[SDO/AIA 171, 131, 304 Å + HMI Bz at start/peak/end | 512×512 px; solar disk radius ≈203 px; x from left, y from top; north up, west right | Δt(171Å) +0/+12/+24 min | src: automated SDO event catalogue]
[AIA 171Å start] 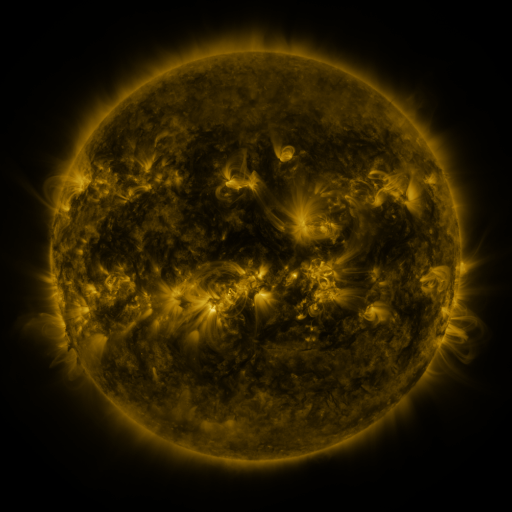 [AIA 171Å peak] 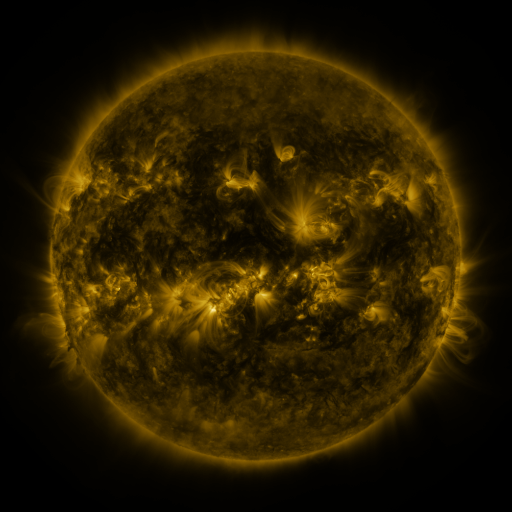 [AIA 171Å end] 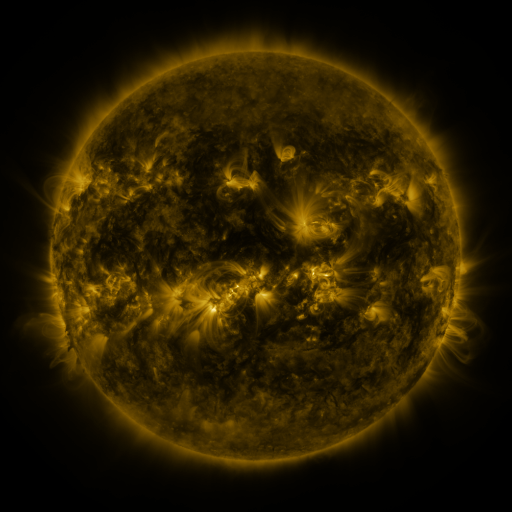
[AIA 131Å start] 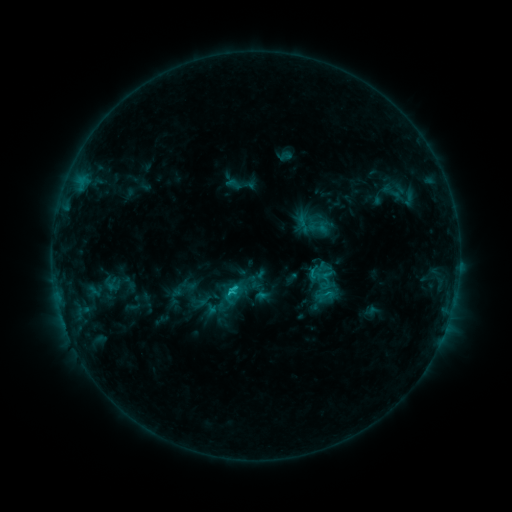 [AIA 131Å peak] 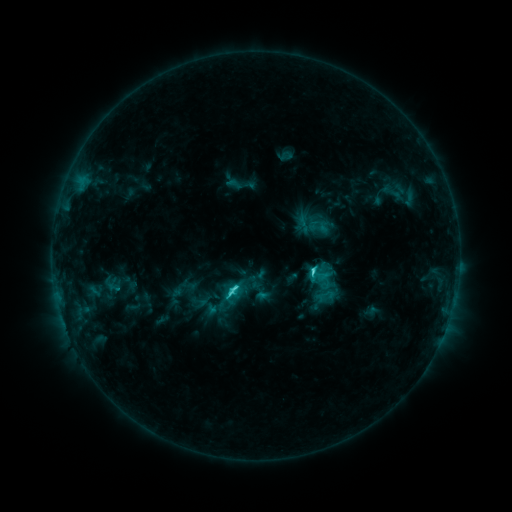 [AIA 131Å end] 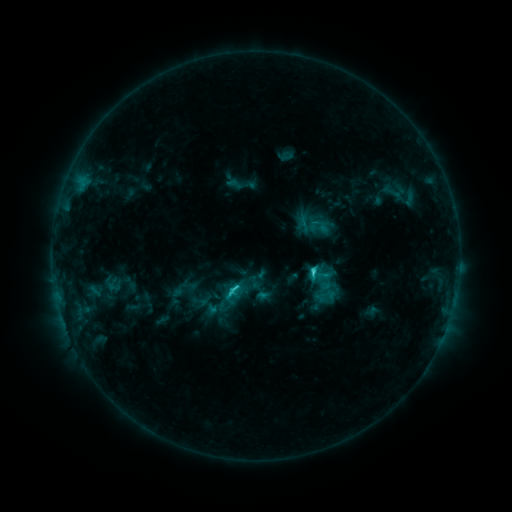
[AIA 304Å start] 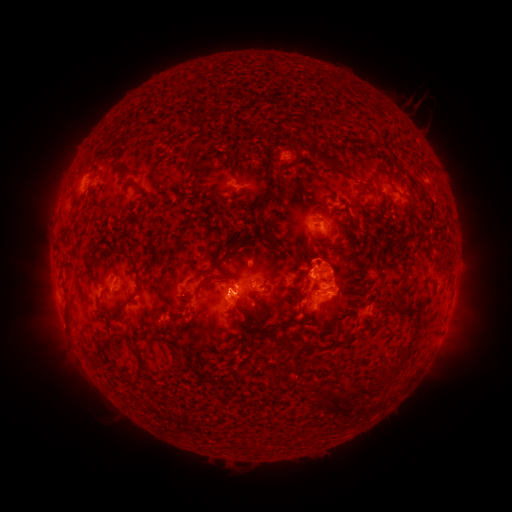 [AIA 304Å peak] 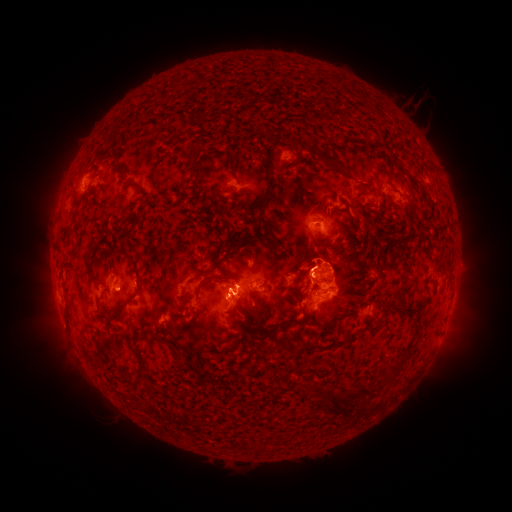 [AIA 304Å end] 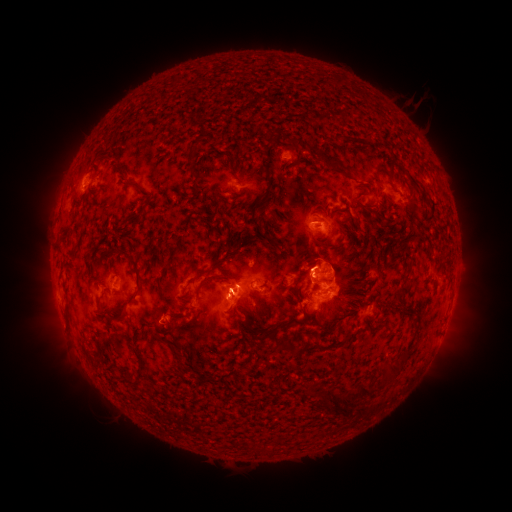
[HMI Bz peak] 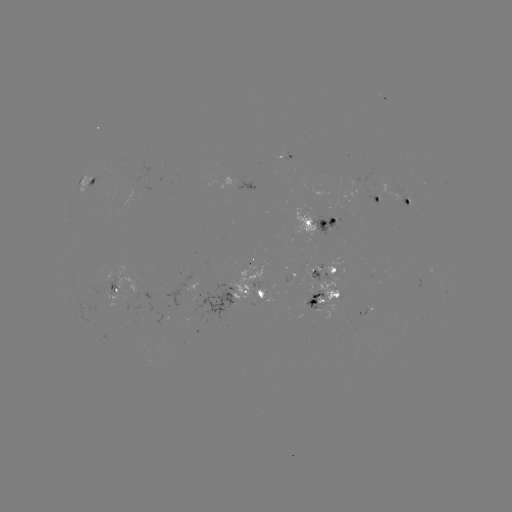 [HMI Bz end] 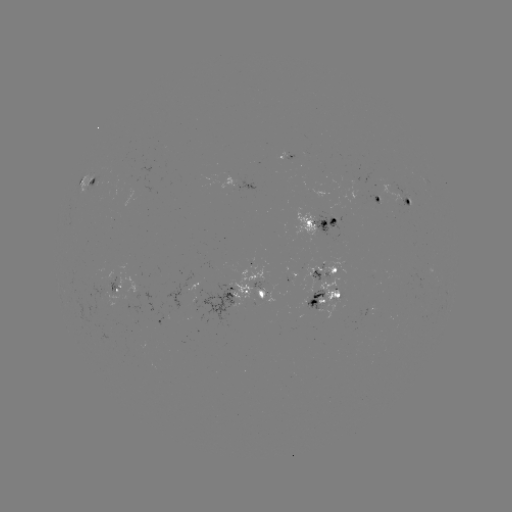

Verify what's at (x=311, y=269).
C3.9 flare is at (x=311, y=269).